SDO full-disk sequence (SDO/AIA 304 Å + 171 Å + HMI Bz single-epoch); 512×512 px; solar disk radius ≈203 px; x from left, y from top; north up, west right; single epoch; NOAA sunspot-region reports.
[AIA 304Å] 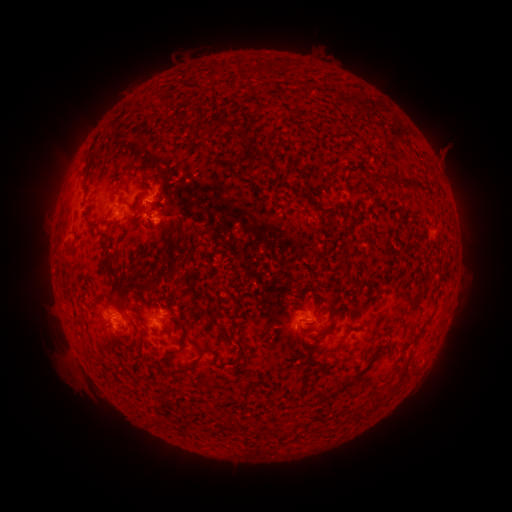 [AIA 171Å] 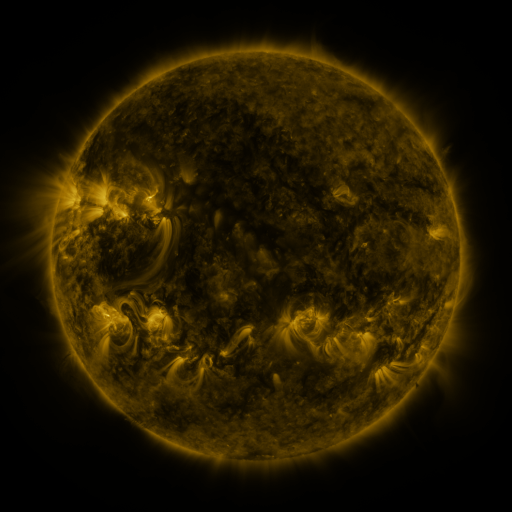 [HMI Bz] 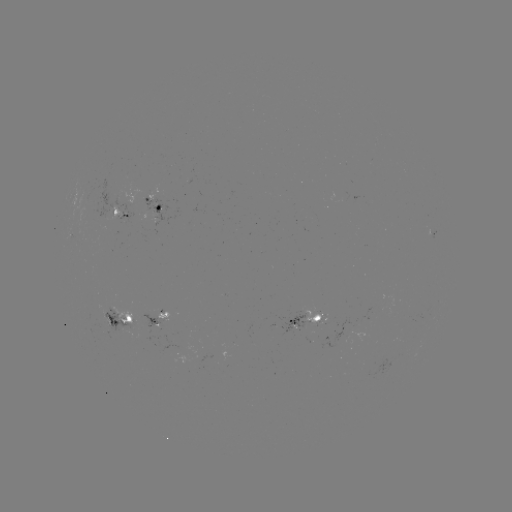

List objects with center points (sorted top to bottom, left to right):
spotted active region: (158, 204)
spotted active region: (120, 217)
spotted active region: (157, 320)
spotted active region: (310, 321)
spotted active region: (123, 322)
